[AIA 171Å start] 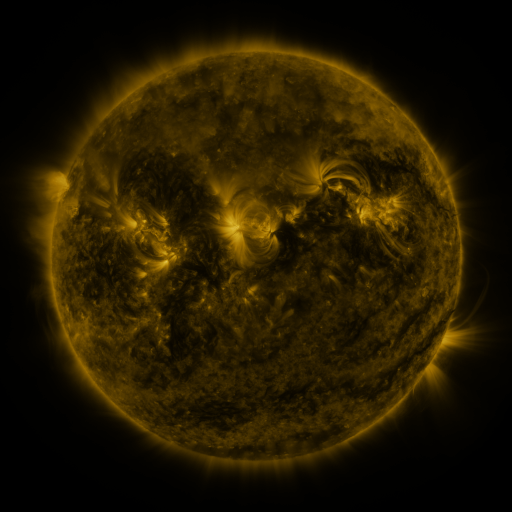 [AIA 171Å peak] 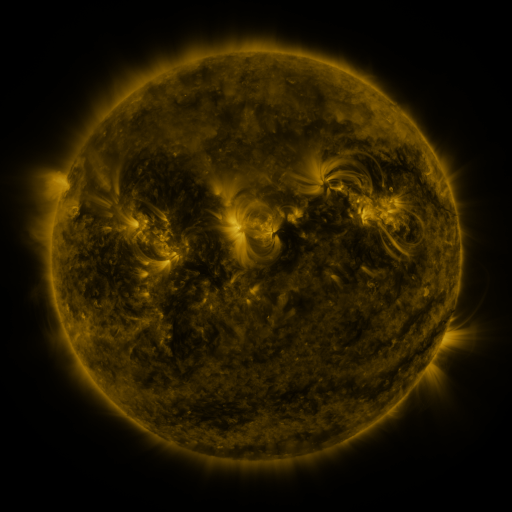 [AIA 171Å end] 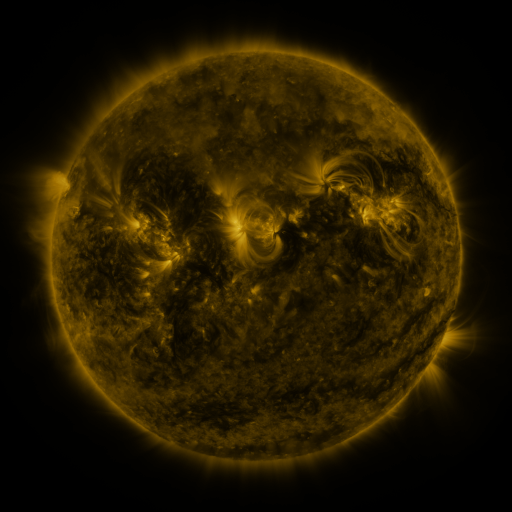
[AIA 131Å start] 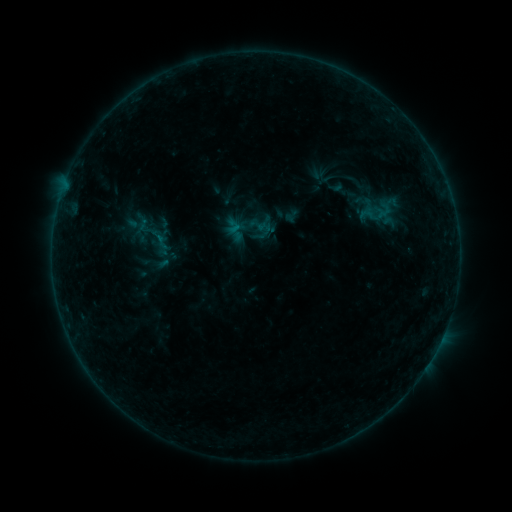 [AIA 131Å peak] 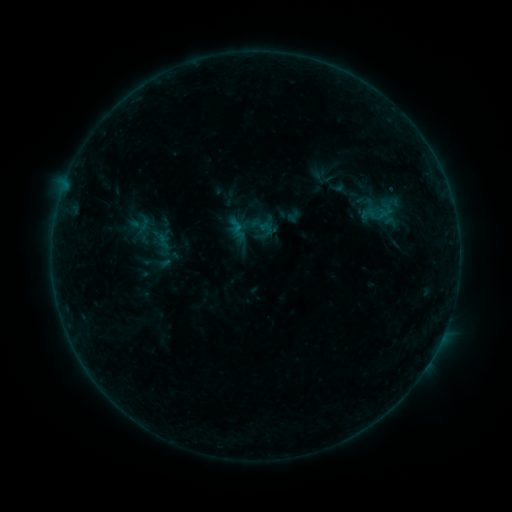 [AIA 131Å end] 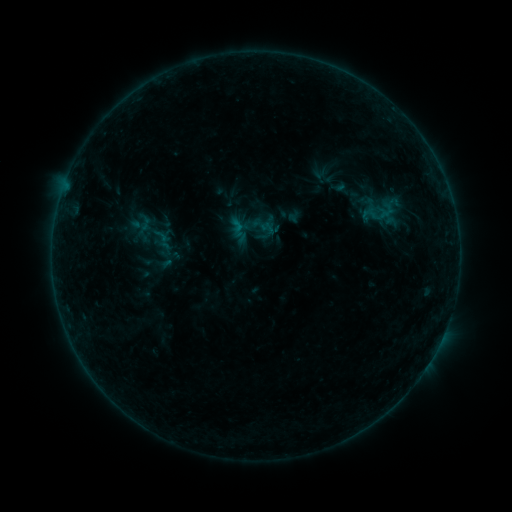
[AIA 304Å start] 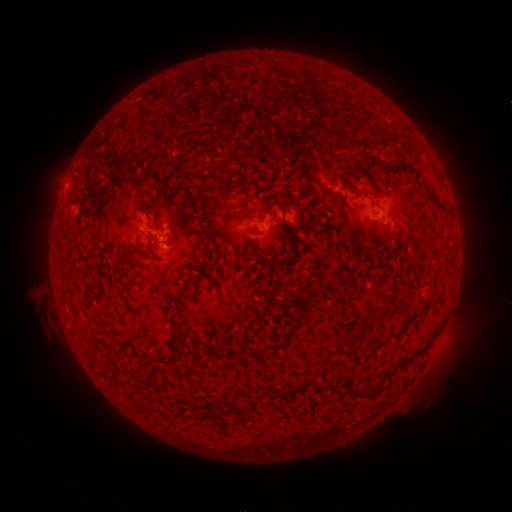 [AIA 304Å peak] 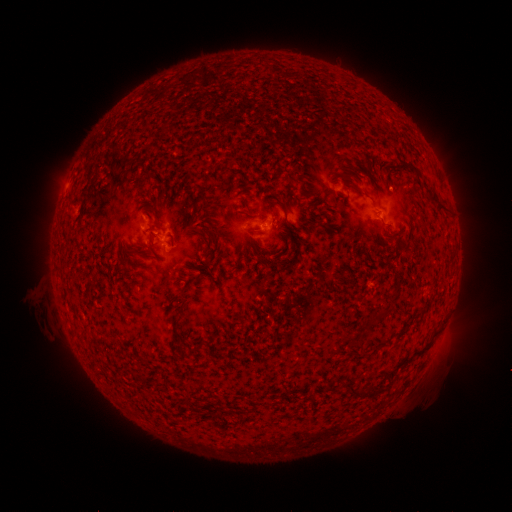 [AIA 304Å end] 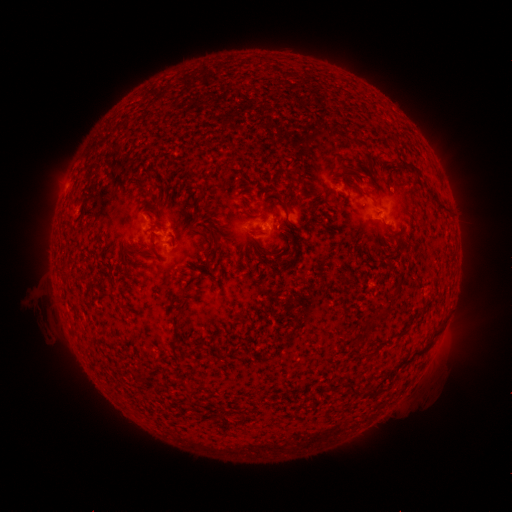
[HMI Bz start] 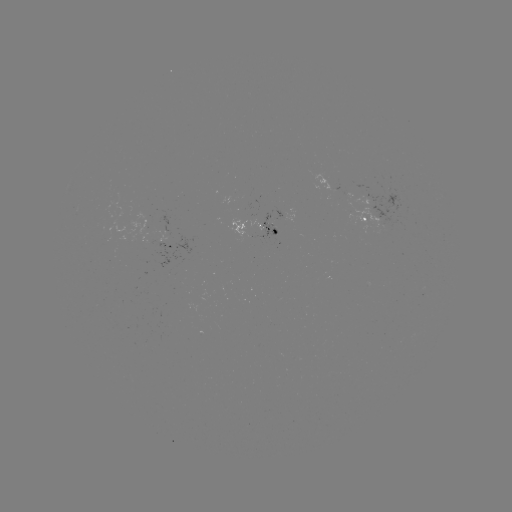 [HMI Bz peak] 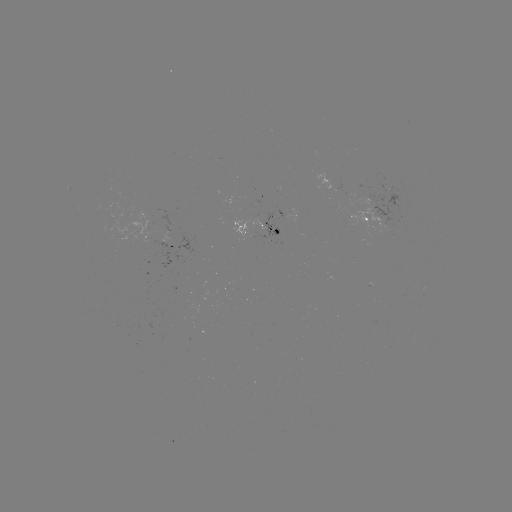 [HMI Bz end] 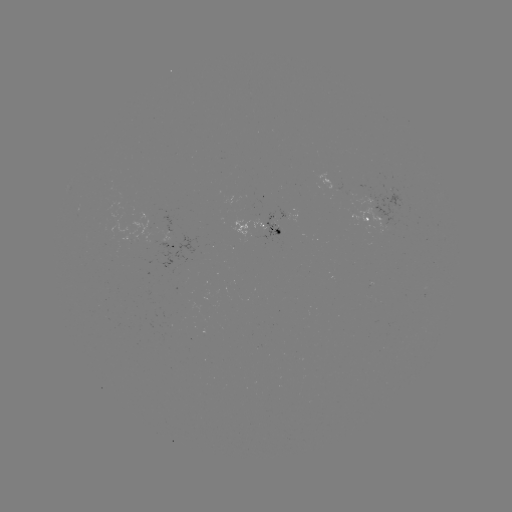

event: emerging-flux region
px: (249, 221)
